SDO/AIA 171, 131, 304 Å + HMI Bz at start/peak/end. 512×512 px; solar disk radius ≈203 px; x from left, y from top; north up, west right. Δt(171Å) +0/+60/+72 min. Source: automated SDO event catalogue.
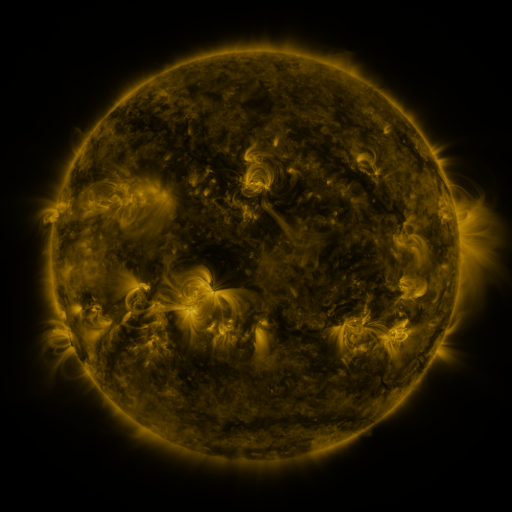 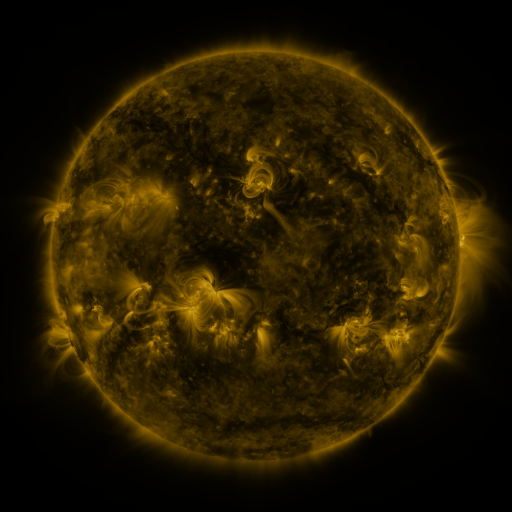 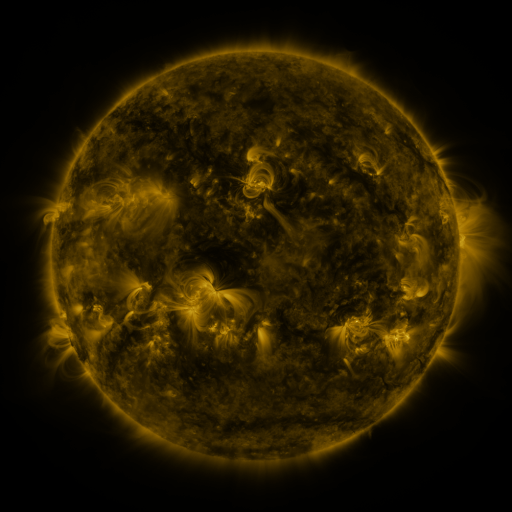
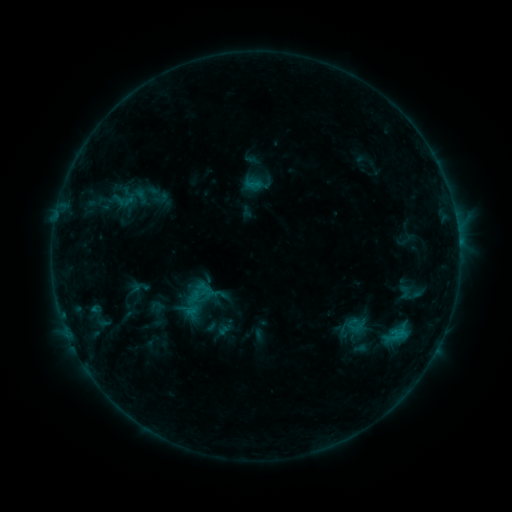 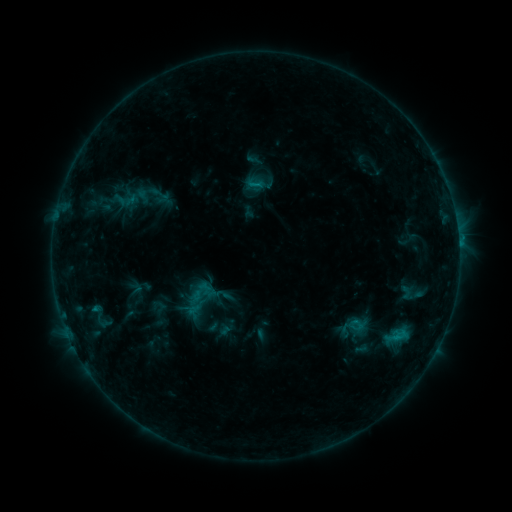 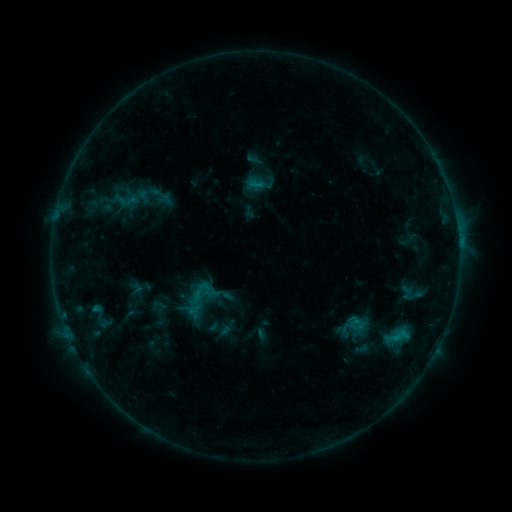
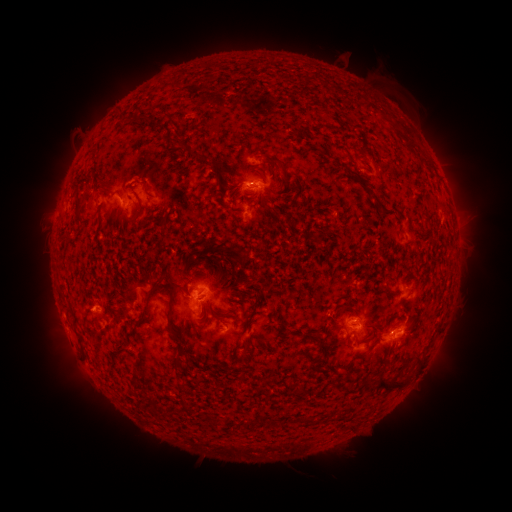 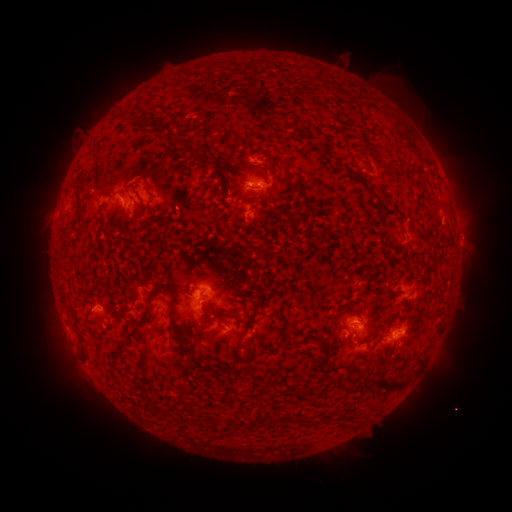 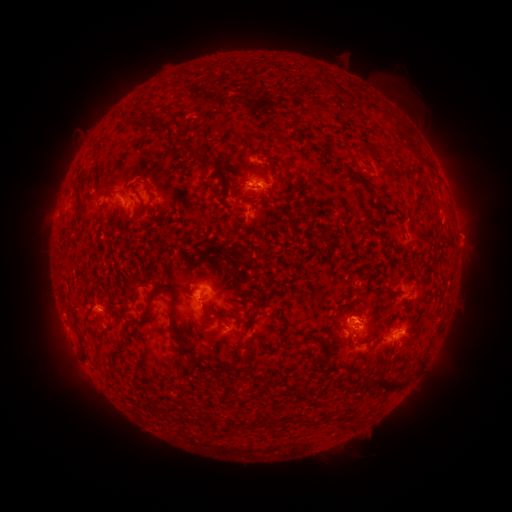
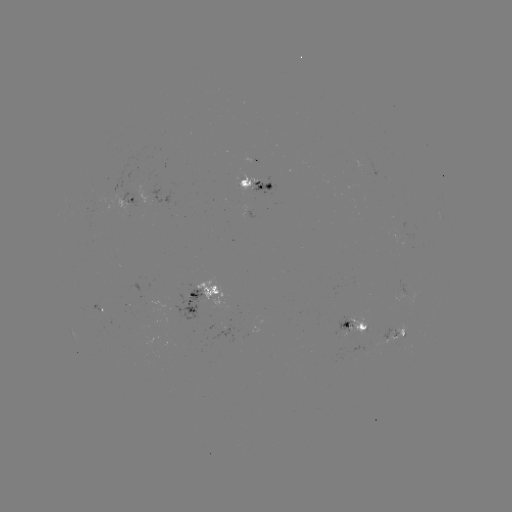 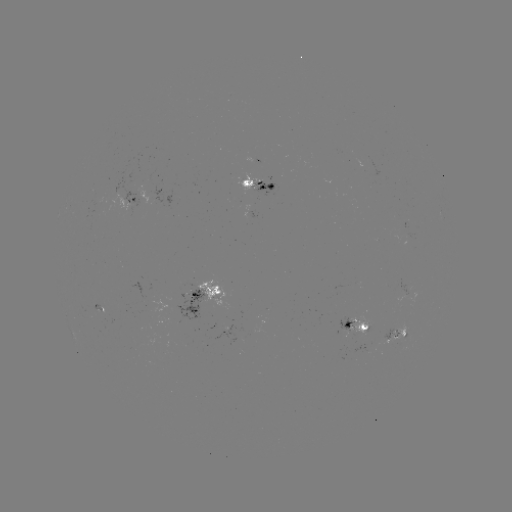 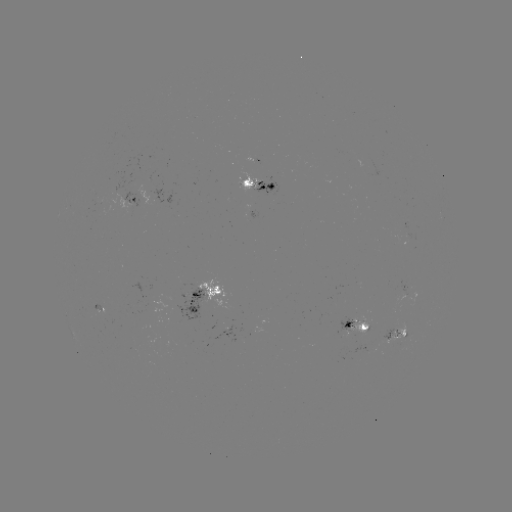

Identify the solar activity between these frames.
emerging-flux region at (352, 337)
